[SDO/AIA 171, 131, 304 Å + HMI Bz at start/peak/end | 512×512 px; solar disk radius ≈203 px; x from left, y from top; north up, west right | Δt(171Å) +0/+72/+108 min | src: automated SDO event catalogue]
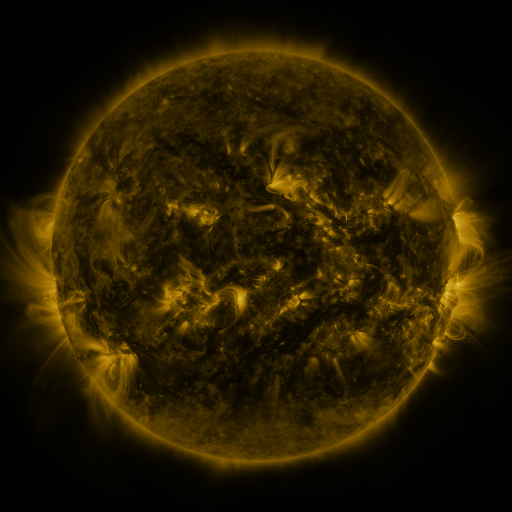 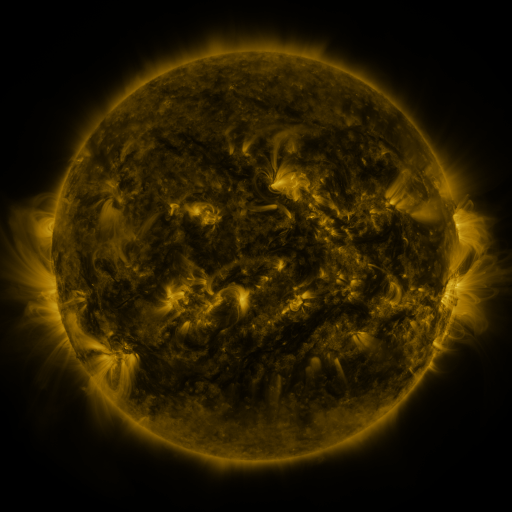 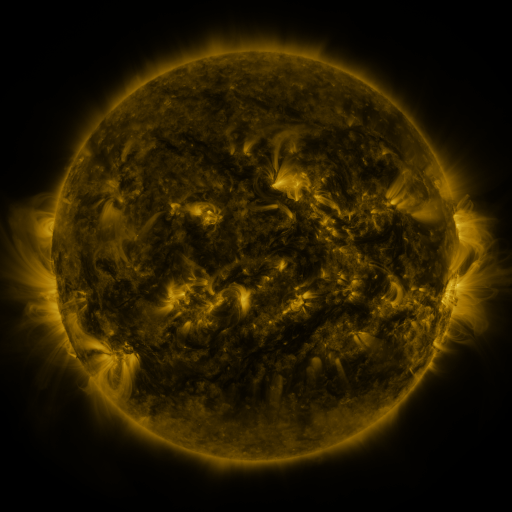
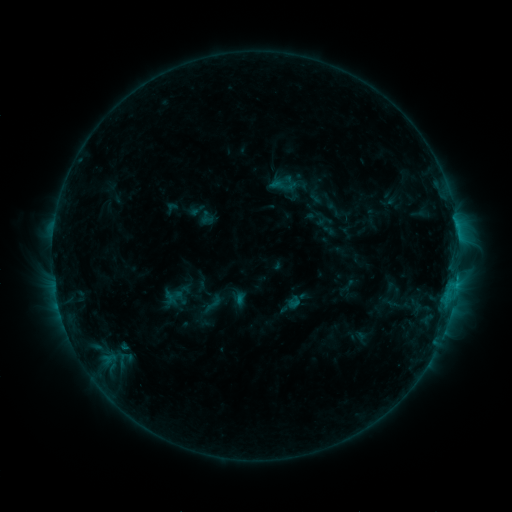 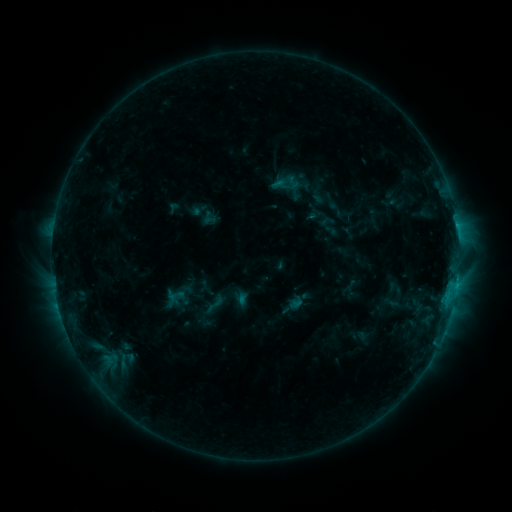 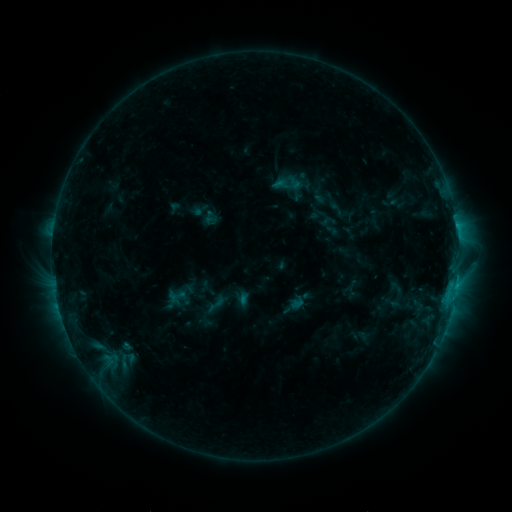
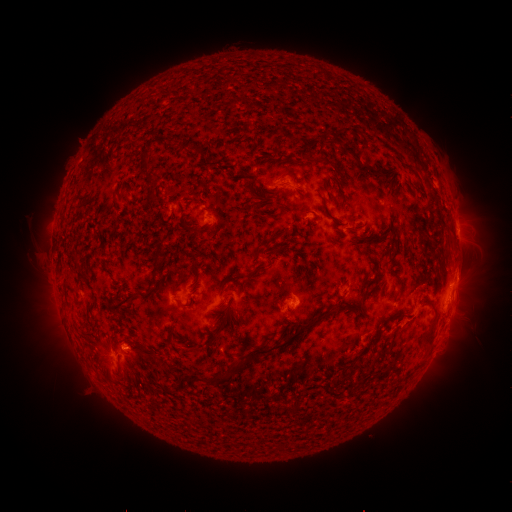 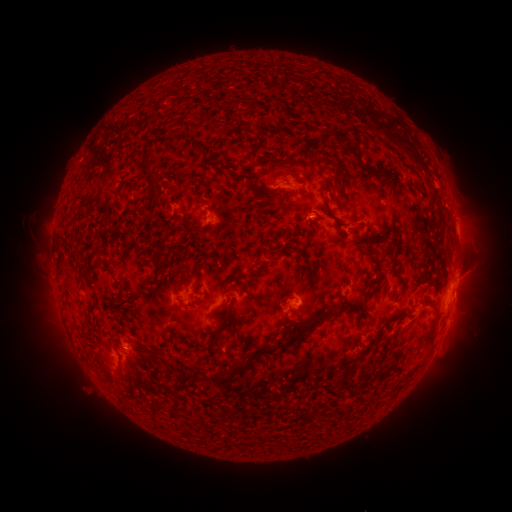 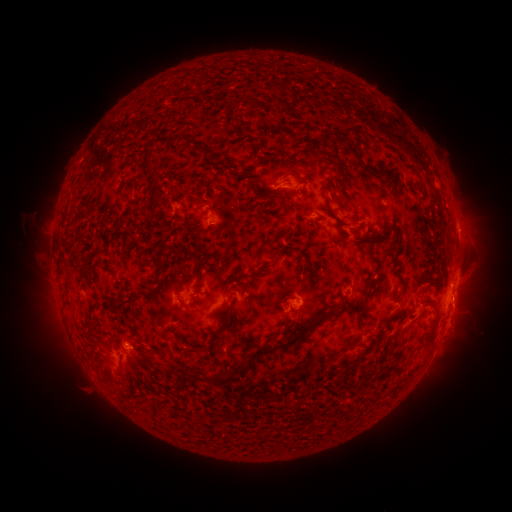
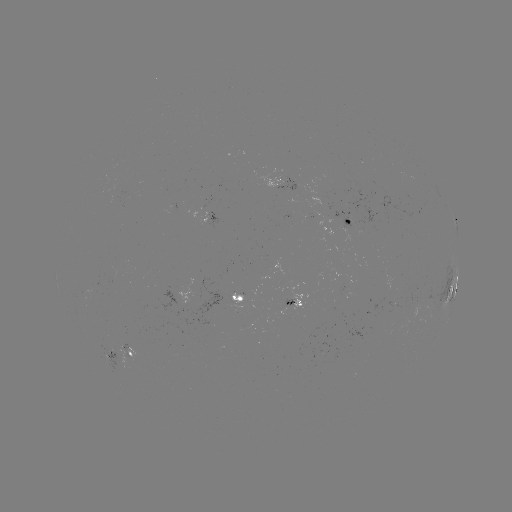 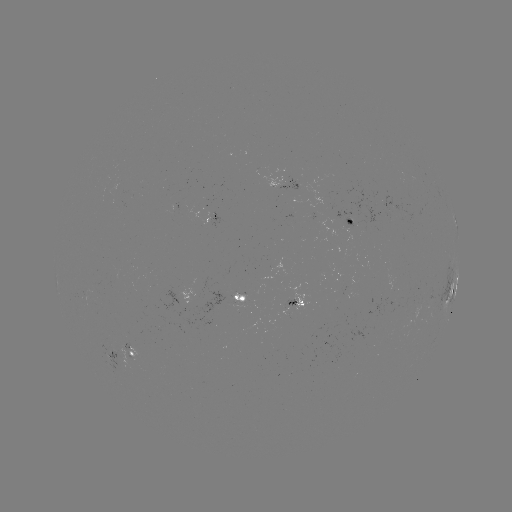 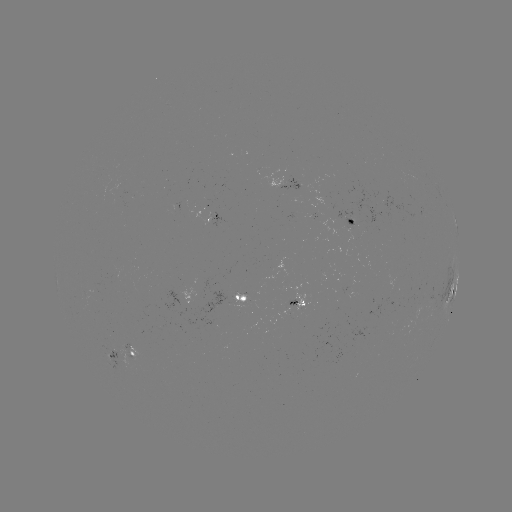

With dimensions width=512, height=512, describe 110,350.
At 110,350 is emerging-flux region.